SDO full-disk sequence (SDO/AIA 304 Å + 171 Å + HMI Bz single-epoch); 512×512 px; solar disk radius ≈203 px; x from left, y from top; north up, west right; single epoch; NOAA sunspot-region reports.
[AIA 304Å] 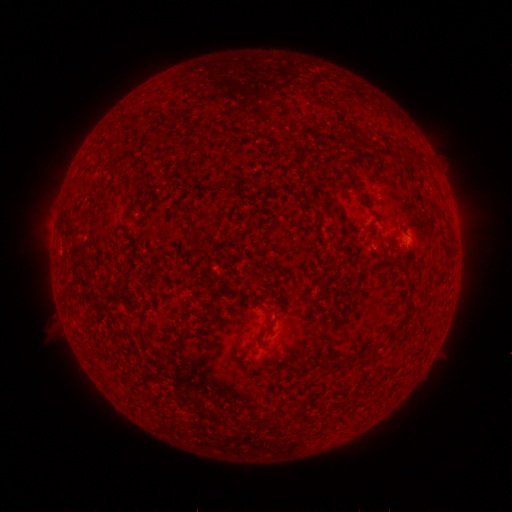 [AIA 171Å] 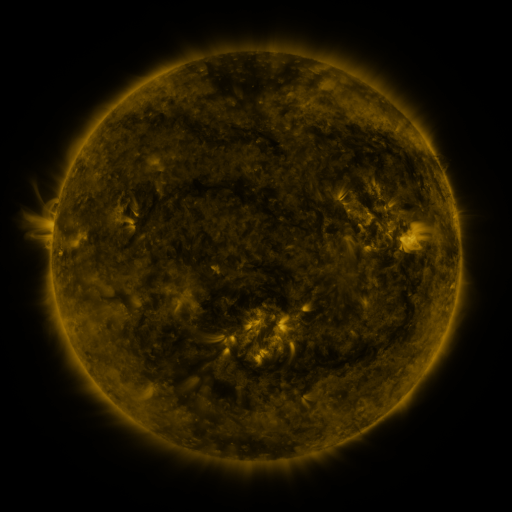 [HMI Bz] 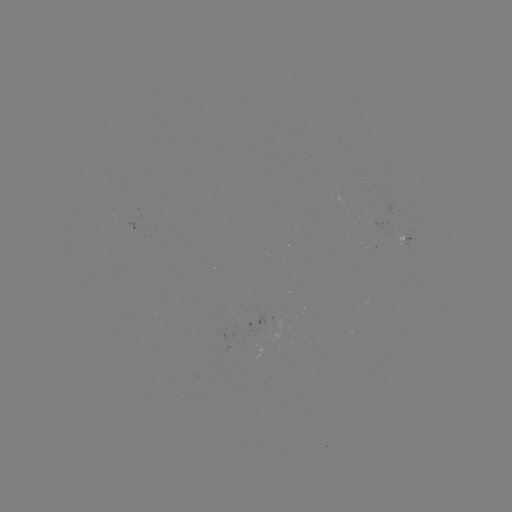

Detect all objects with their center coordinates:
spotted active region: (138, 228)
spotted active region: (405, 236)
